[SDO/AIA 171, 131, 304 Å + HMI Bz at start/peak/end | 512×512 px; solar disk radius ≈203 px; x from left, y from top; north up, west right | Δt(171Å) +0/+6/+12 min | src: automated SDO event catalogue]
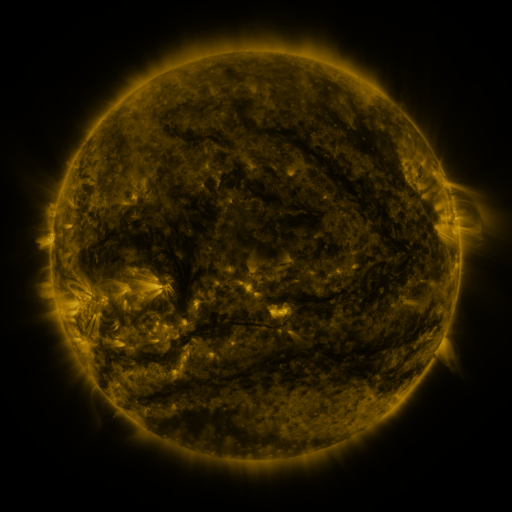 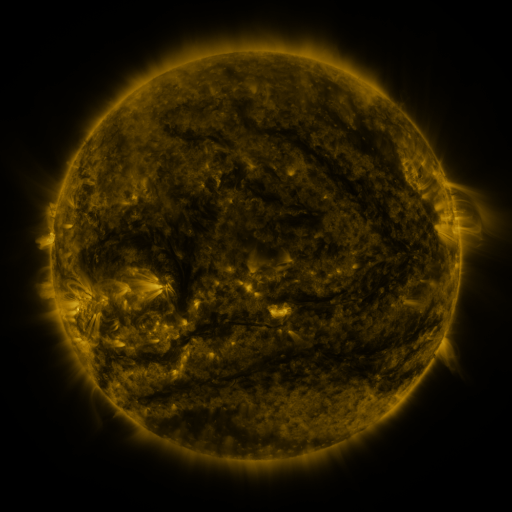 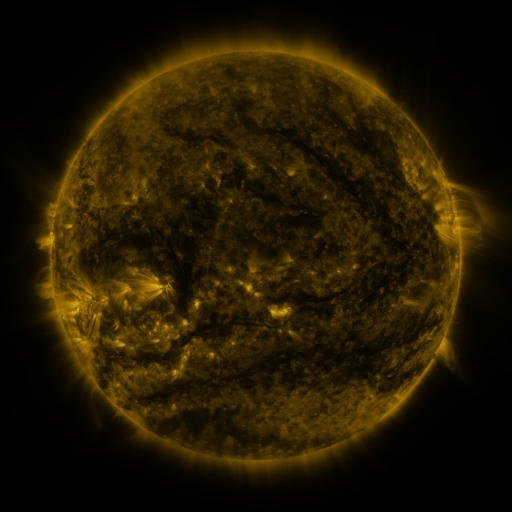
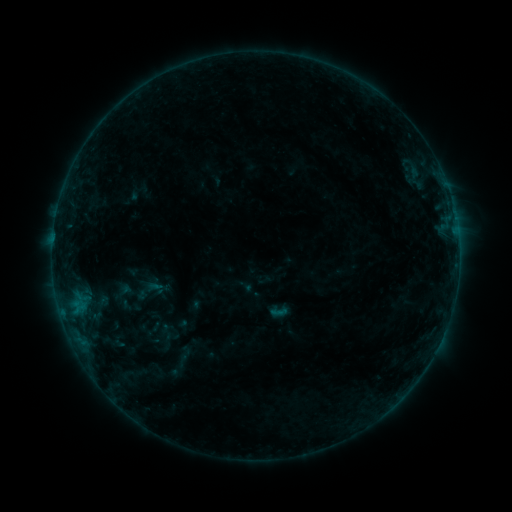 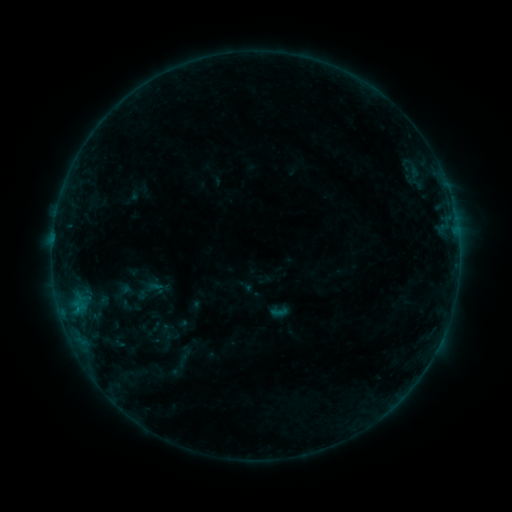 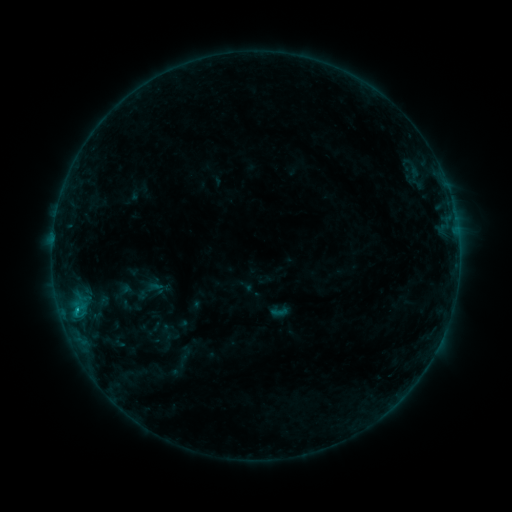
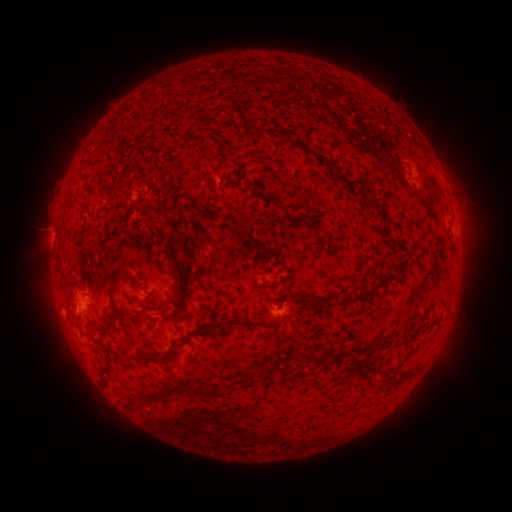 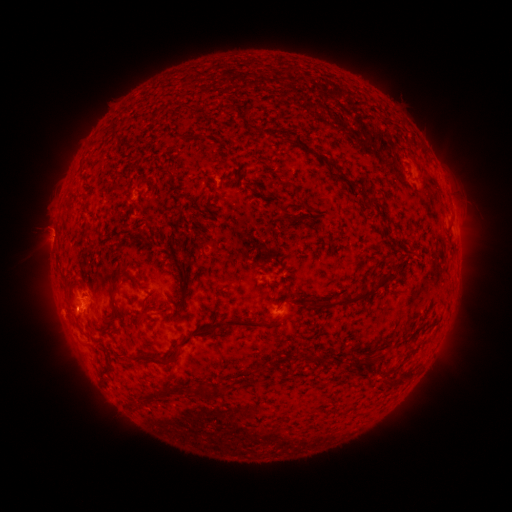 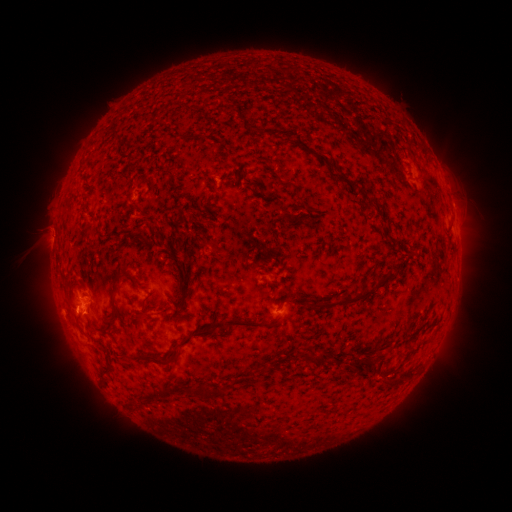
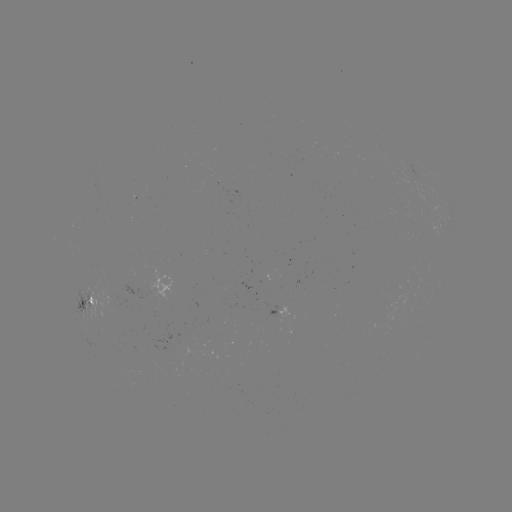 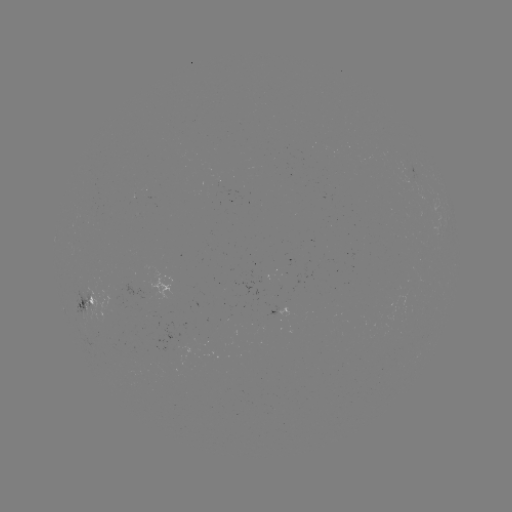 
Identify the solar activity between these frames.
eruption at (72, 314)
